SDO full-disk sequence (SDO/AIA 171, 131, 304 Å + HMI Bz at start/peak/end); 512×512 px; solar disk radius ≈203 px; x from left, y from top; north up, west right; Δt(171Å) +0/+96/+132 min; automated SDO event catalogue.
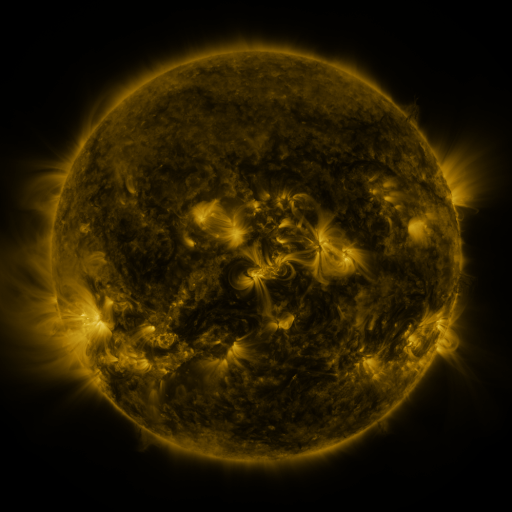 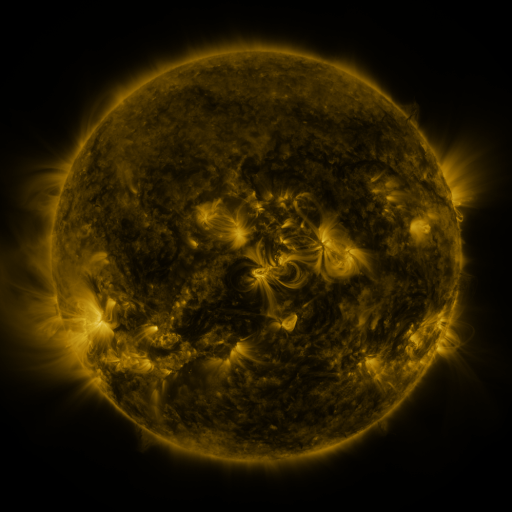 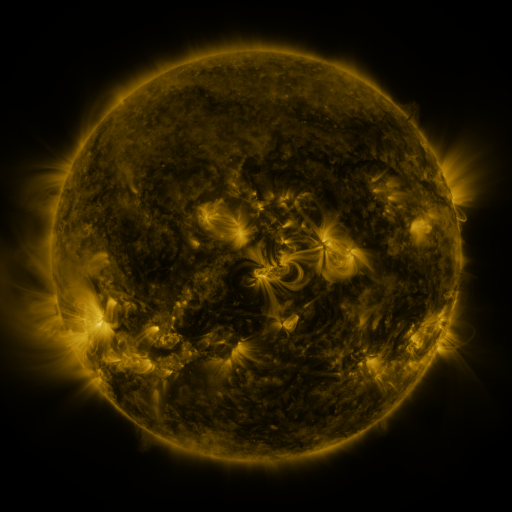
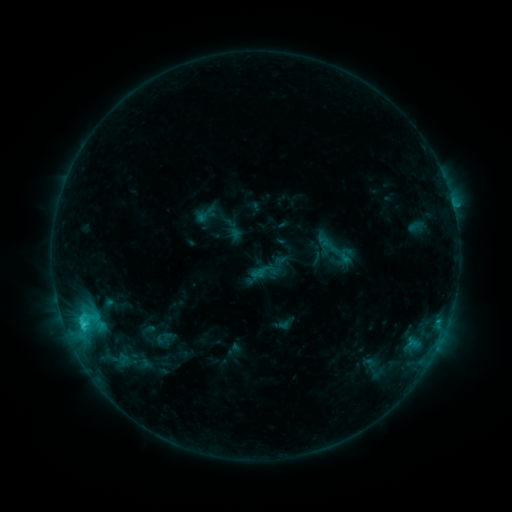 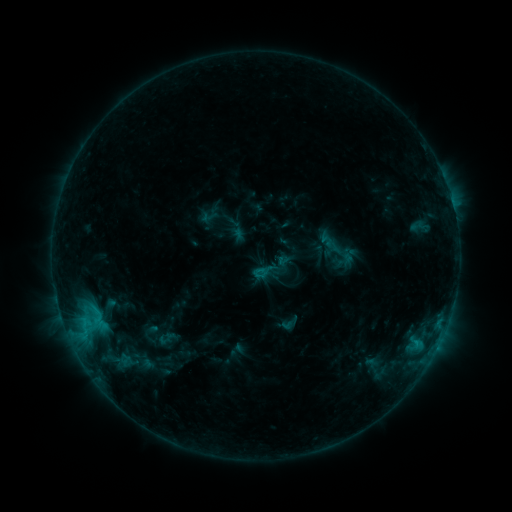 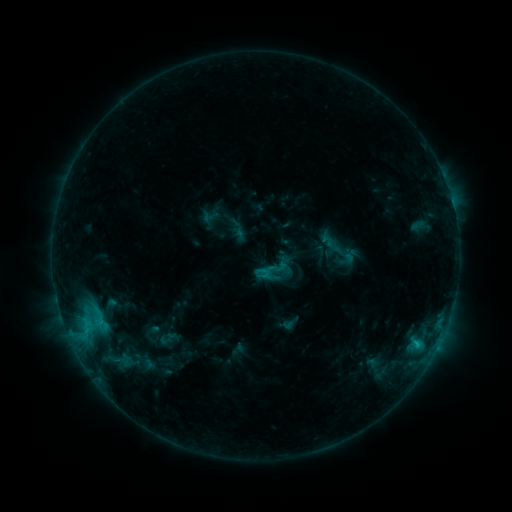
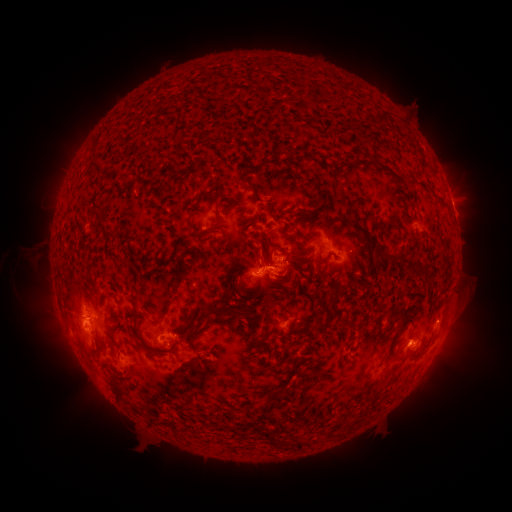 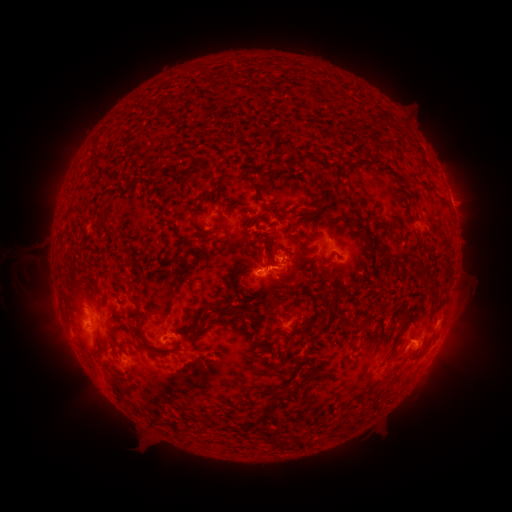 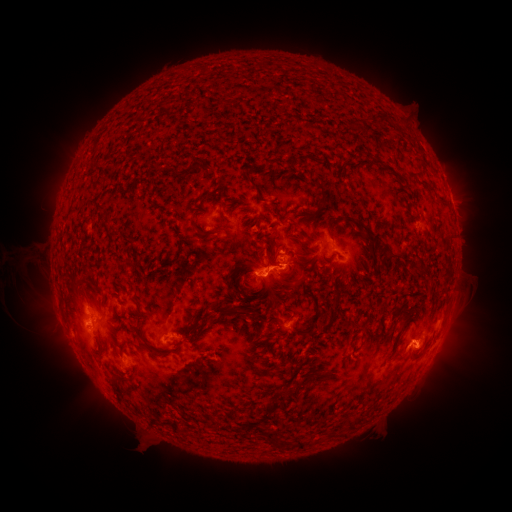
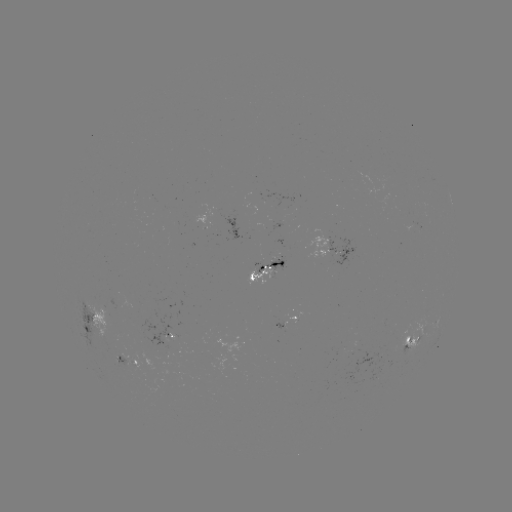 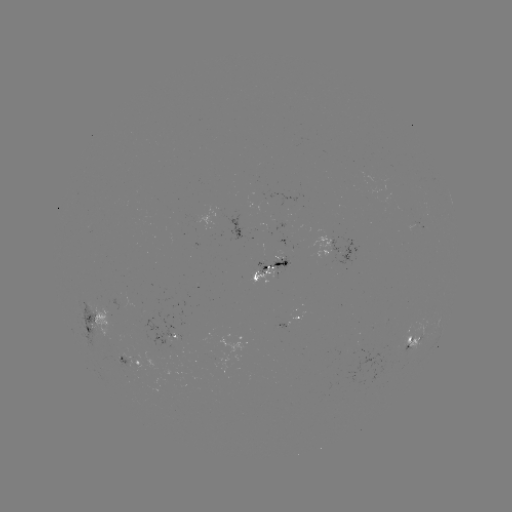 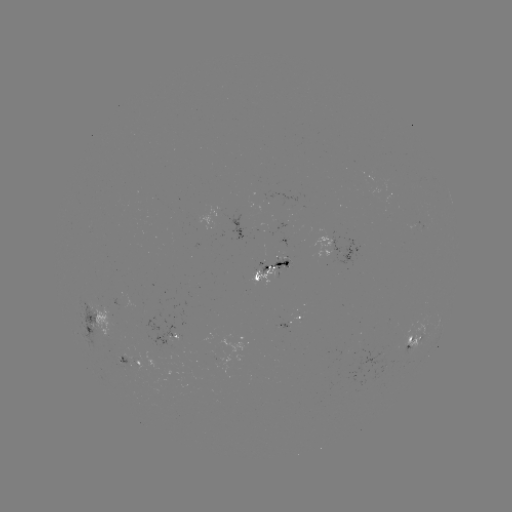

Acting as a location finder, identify emerging-flux region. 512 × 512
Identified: (276, 264).